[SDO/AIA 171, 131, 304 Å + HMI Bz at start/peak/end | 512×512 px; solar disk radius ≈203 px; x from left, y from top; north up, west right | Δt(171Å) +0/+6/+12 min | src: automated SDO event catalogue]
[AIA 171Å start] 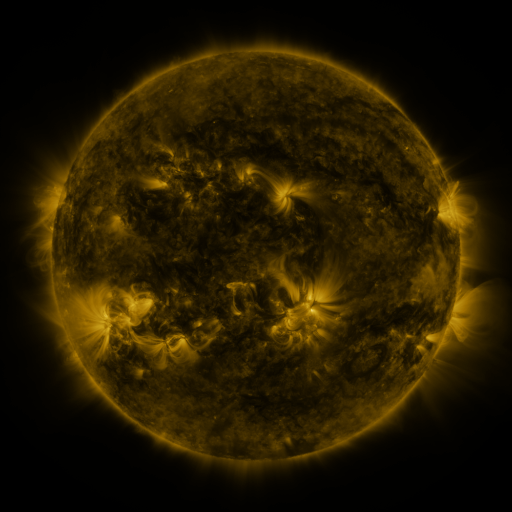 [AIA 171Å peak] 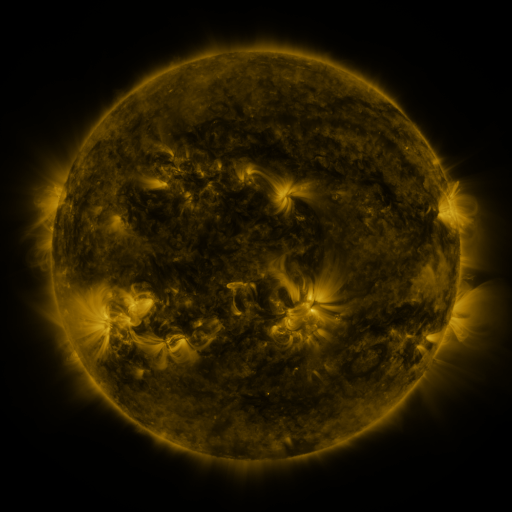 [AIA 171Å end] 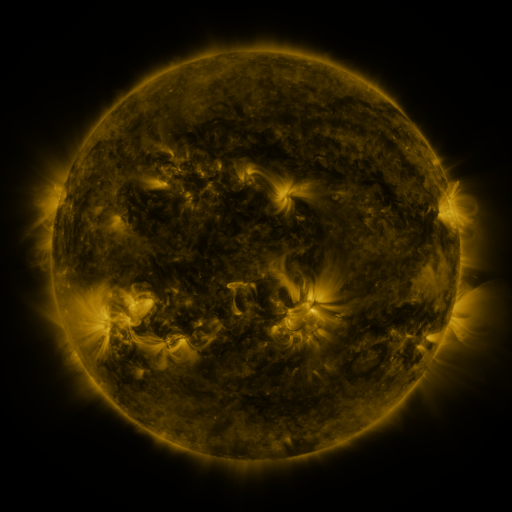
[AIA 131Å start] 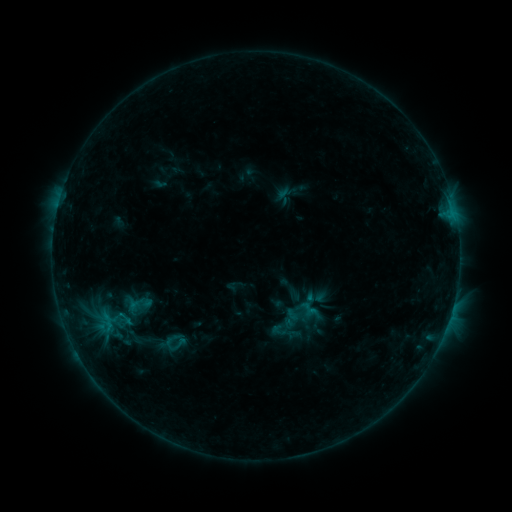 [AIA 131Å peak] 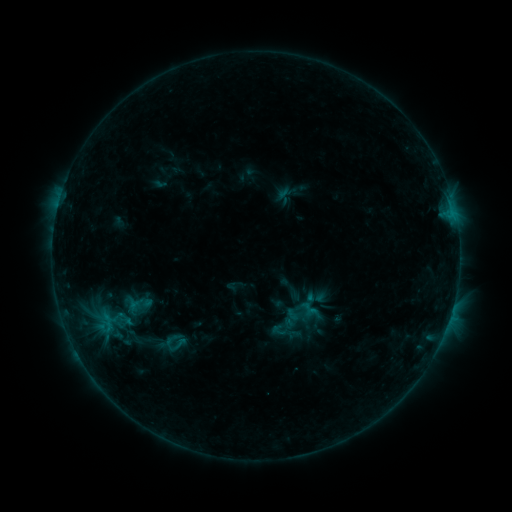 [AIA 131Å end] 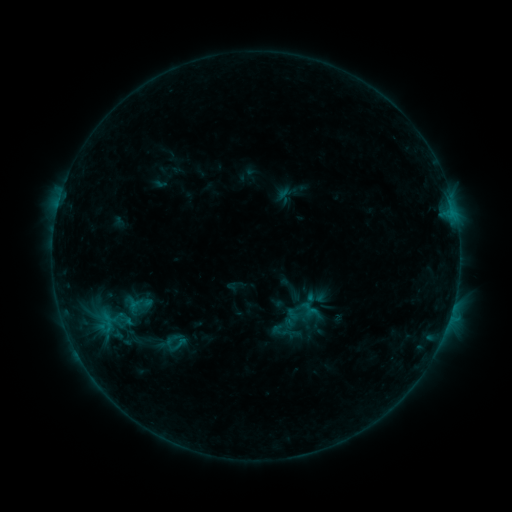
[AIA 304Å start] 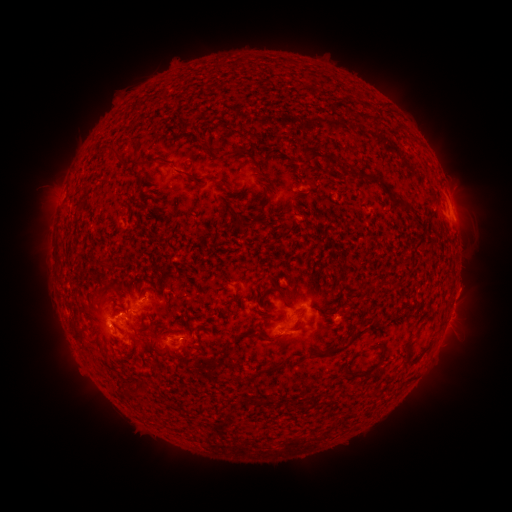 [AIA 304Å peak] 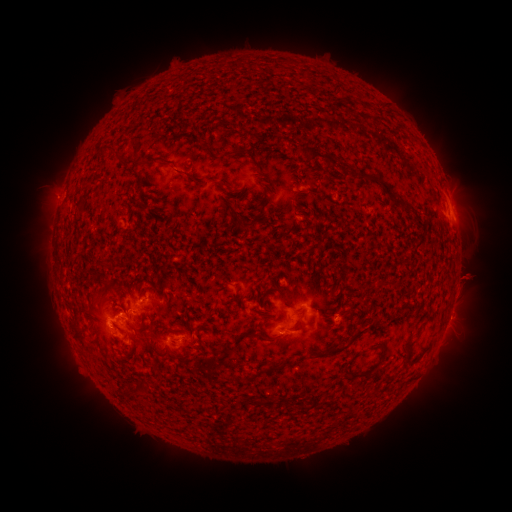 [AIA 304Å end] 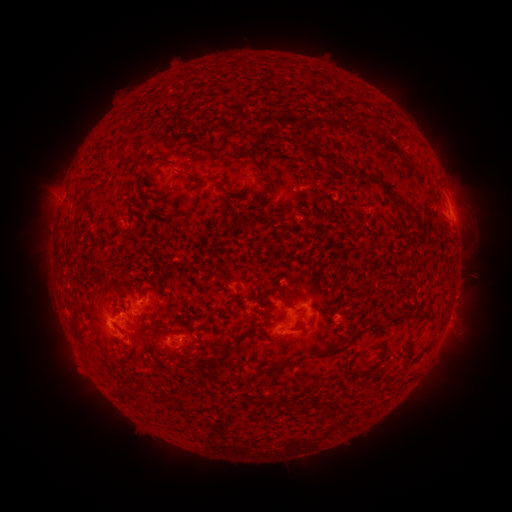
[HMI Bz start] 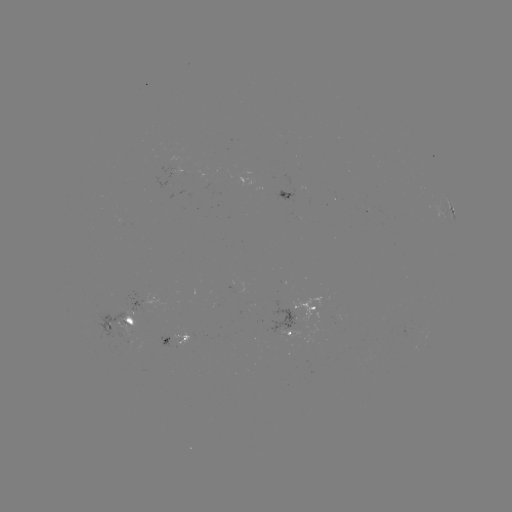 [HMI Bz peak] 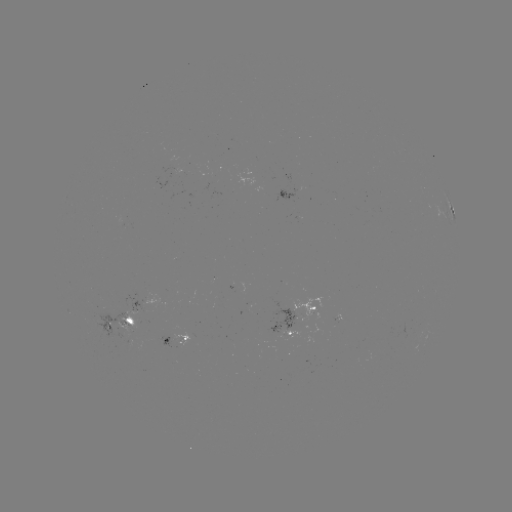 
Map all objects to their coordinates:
eruption: (469, 281)
